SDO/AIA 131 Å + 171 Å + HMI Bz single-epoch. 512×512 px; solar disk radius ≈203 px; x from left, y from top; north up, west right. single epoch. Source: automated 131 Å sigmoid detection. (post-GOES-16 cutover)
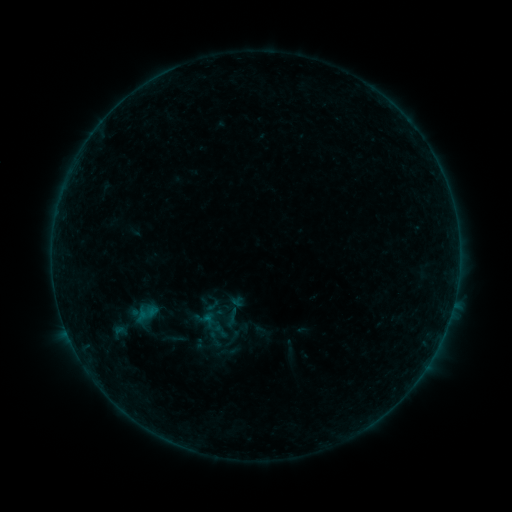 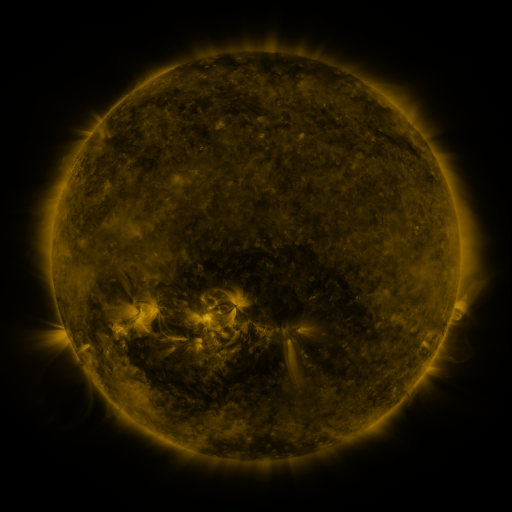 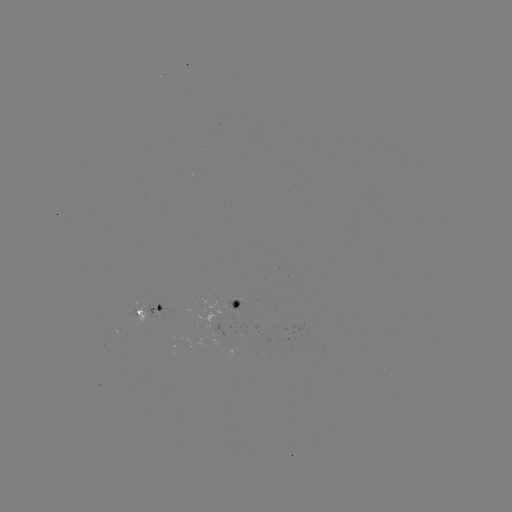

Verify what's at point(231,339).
sigmoid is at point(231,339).